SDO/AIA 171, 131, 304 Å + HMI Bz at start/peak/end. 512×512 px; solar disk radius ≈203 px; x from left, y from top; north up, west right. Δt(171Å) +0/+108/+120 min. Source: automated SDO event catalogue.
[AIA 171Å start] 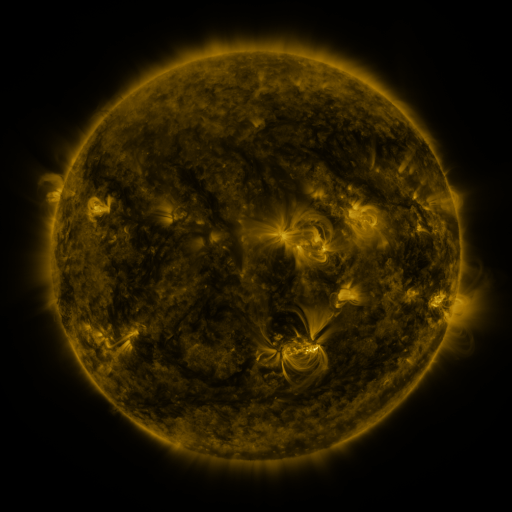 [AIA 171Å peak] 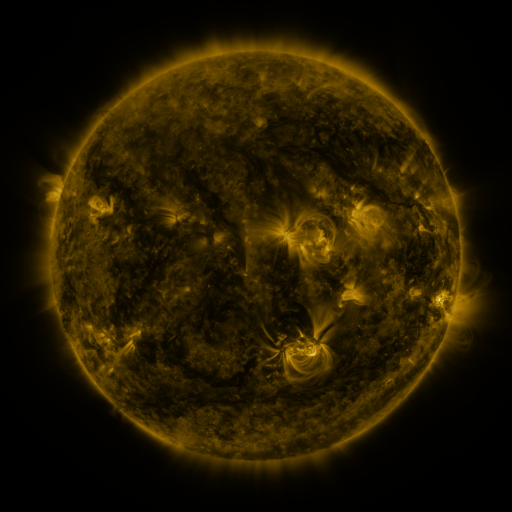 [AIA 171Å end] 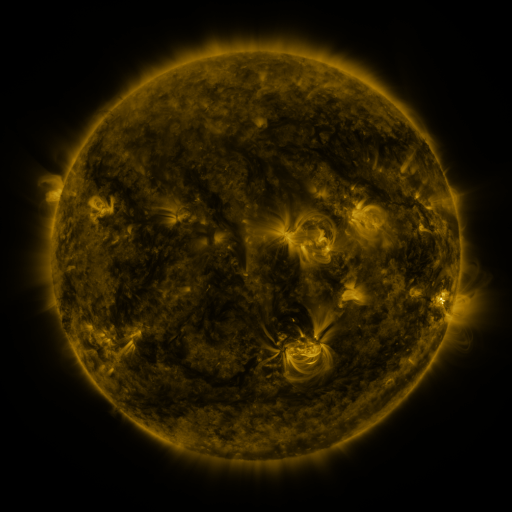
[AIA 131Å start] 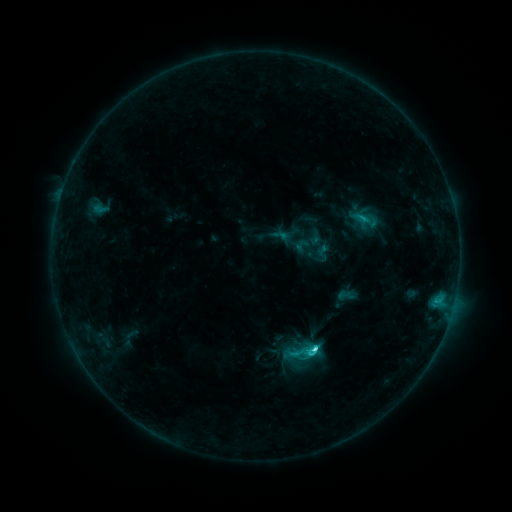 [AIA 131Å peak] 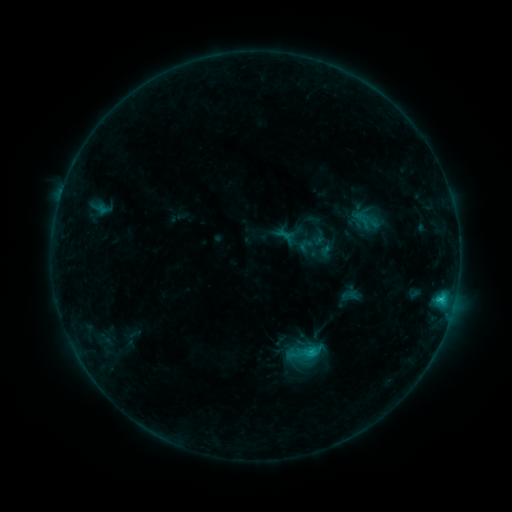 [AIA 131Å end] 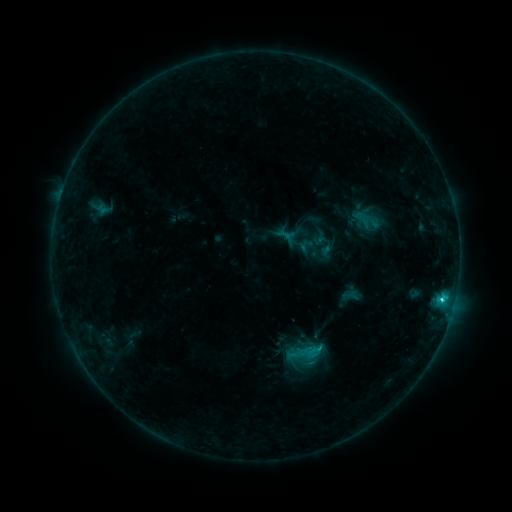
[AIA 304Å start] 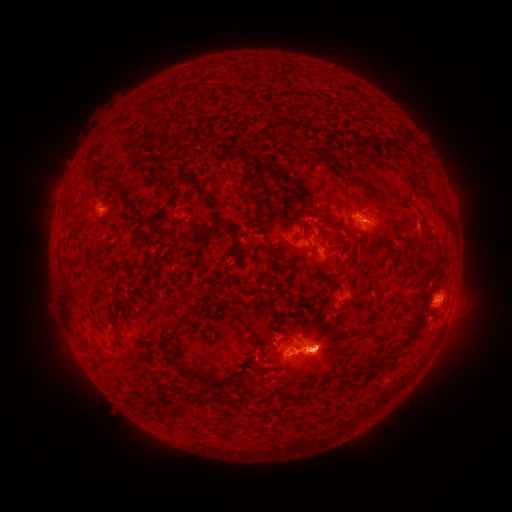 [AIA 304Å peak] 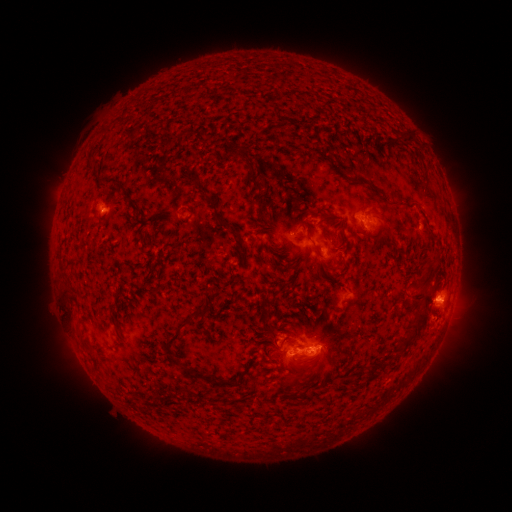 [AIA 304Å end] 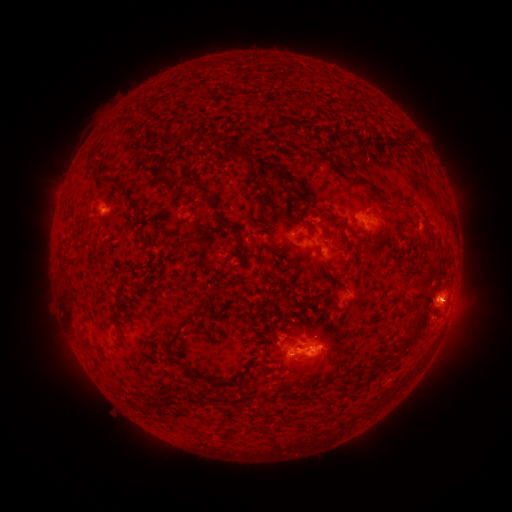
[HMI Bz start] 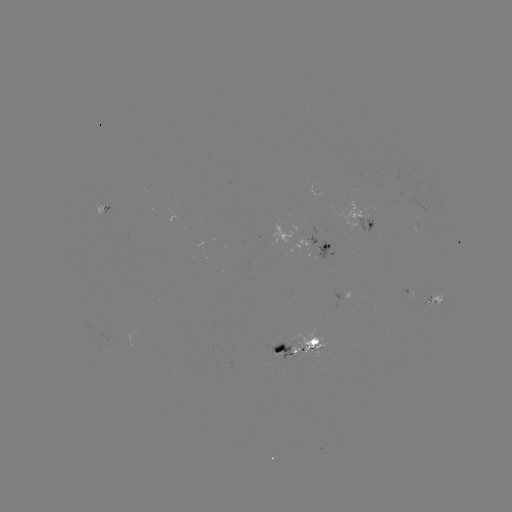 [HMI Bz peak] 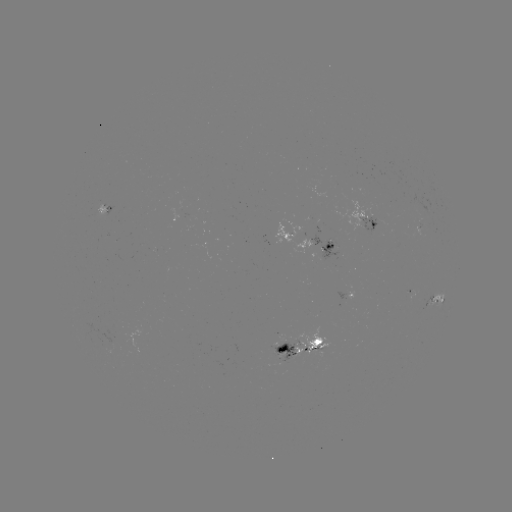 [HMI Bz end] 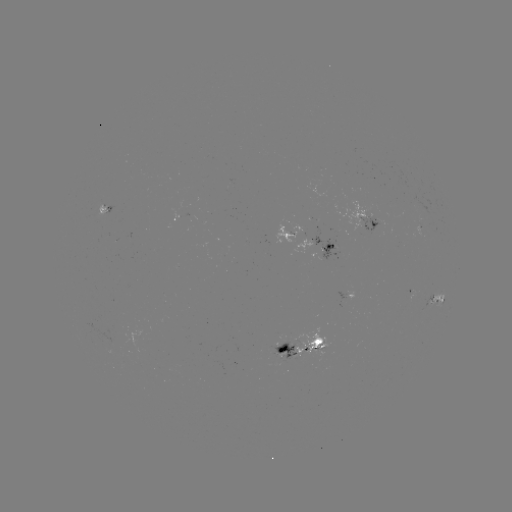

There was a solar emerging-flux region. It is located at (103, 208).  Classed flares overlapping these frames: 2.